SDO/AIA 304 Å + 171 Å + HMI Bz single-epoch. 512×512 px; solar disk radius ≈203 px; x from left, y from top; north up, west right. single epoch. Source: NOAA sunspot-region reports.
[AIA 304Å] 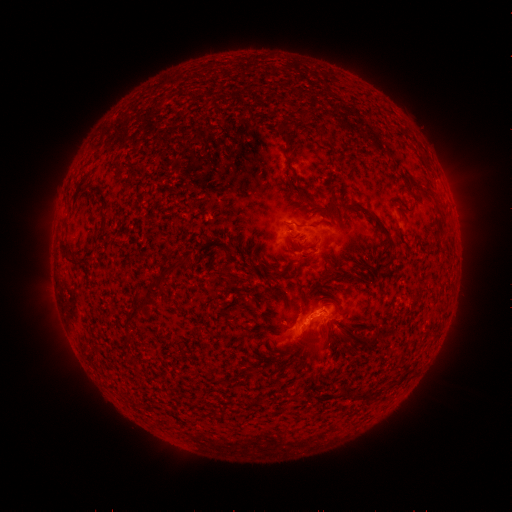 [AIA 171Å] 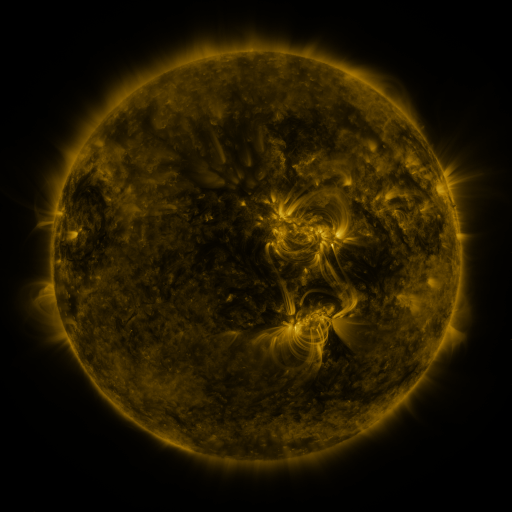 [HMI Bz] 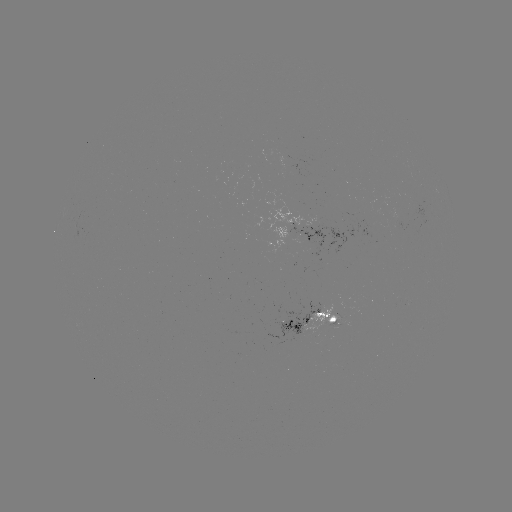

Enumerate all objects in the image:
spotted active region: (312, 232)
spotted active region: (317, 324)
